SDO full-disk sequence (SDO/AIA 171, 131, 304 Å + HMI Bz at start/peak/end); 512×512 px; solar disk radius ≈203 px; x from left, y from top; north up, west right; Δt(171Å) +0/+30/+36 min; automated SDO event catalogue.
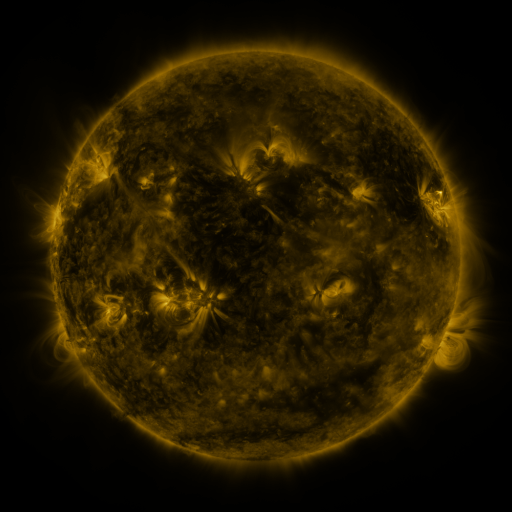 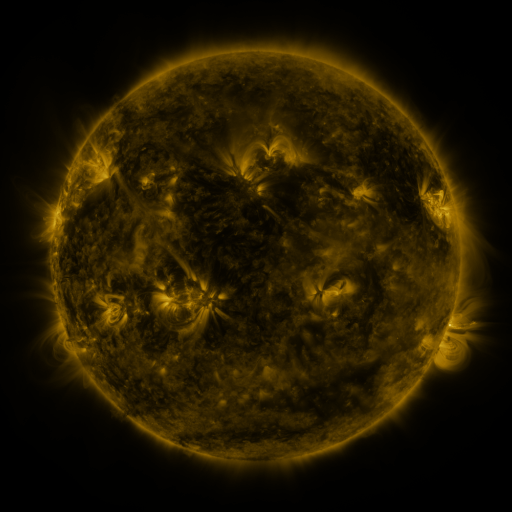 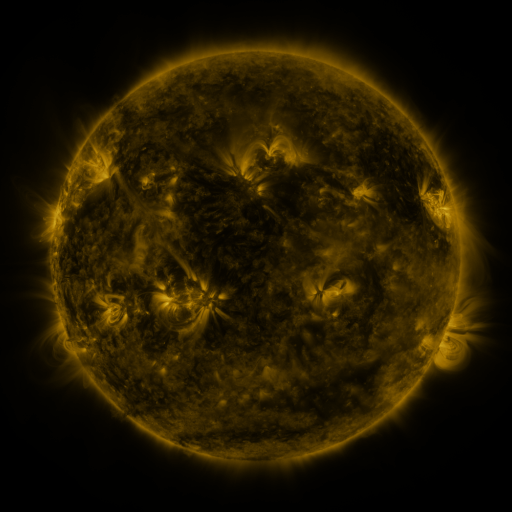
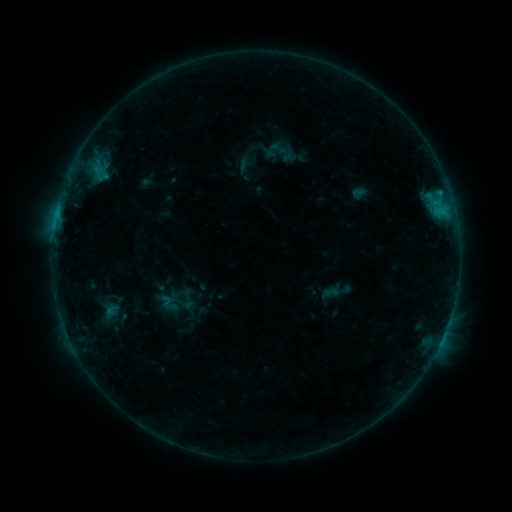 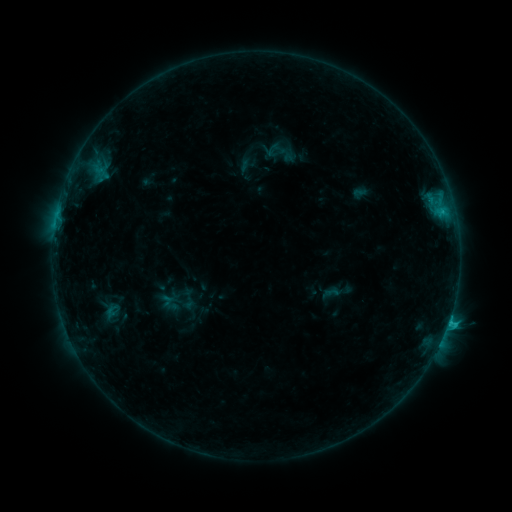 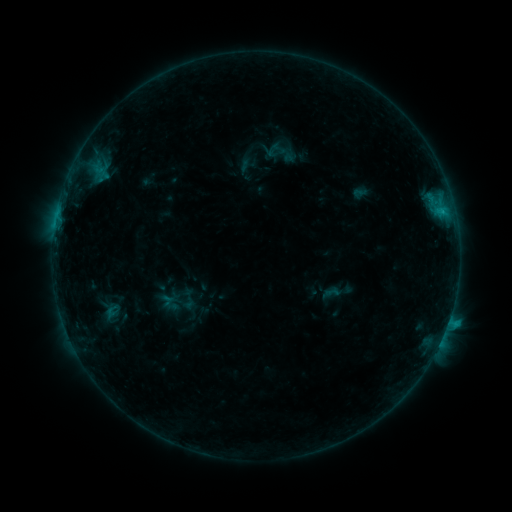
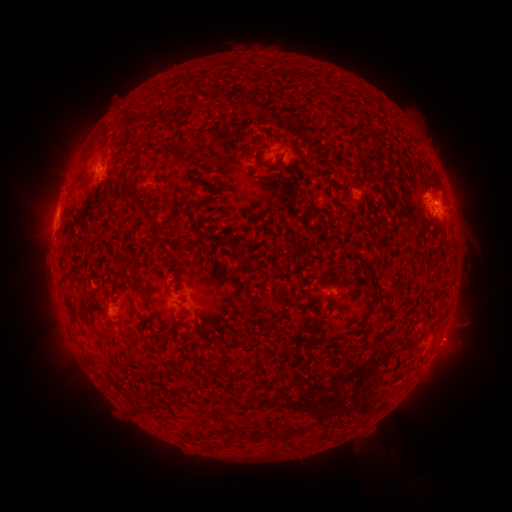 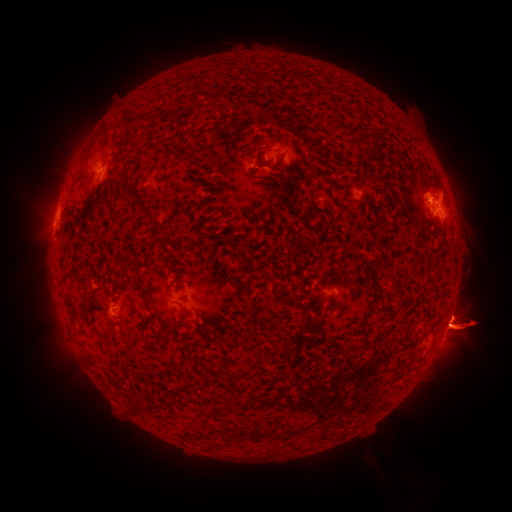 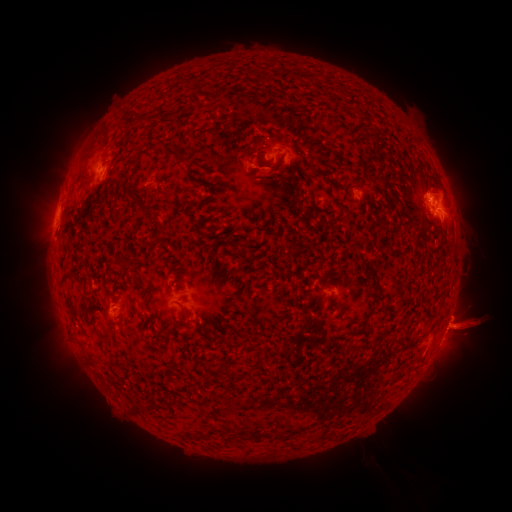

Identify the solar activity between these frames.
C2.0 flare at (447, 321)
